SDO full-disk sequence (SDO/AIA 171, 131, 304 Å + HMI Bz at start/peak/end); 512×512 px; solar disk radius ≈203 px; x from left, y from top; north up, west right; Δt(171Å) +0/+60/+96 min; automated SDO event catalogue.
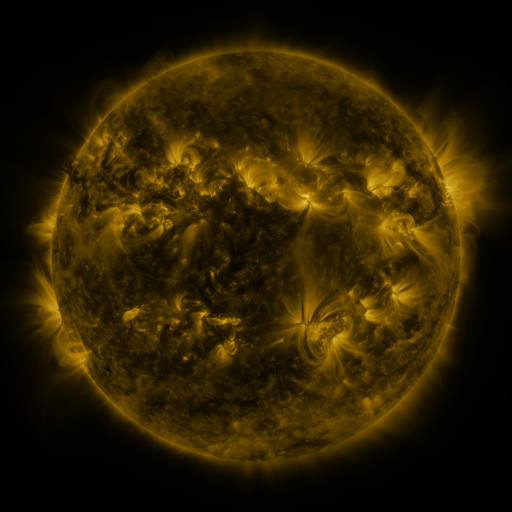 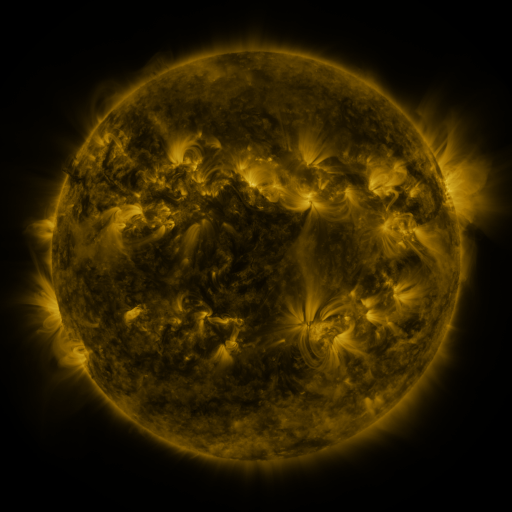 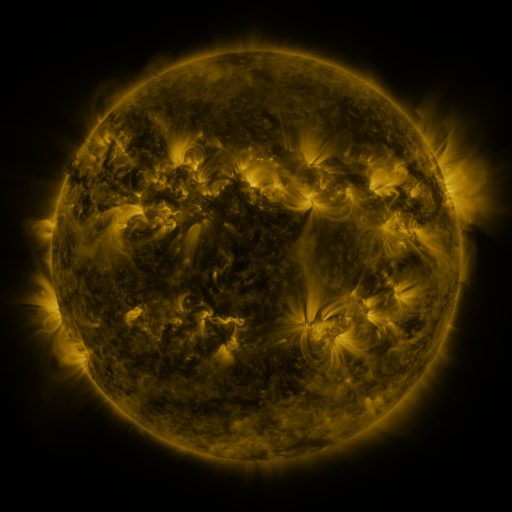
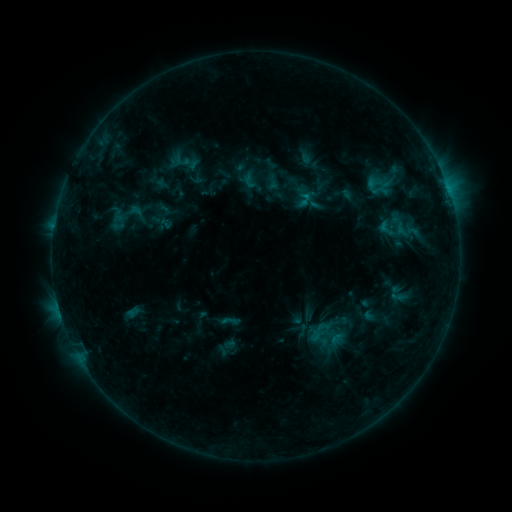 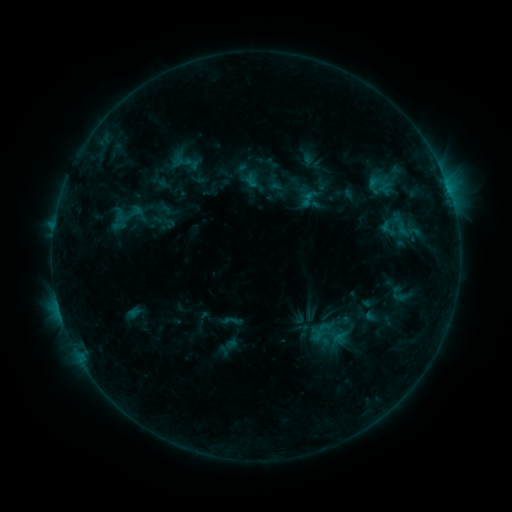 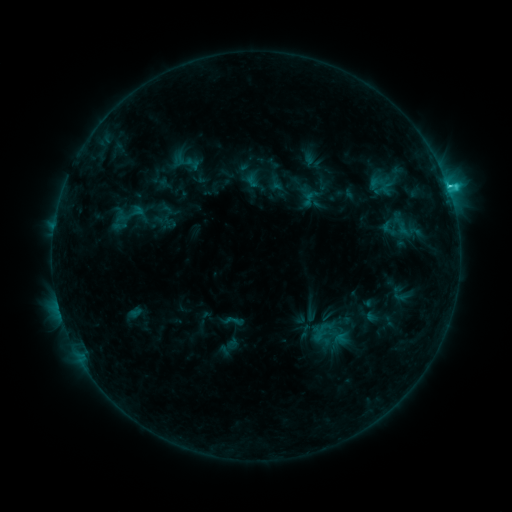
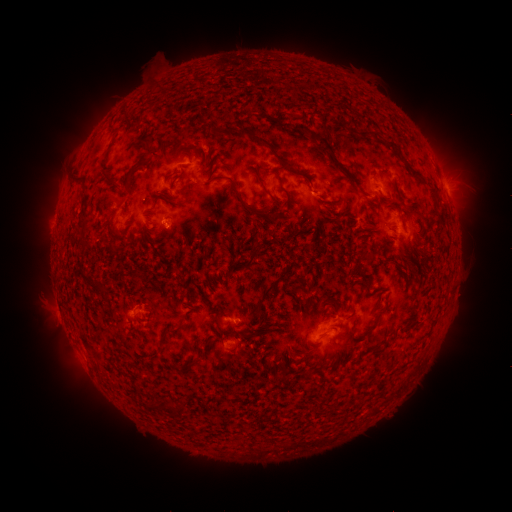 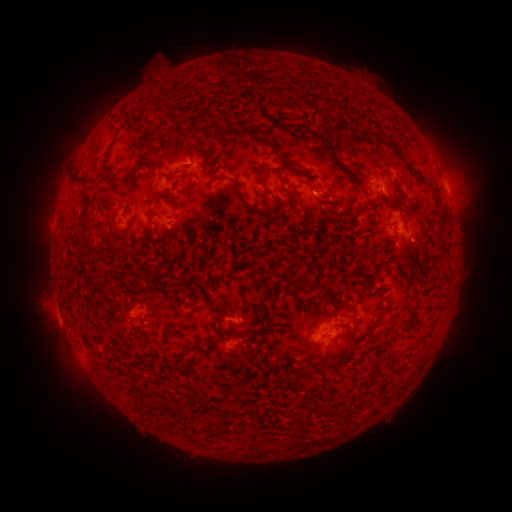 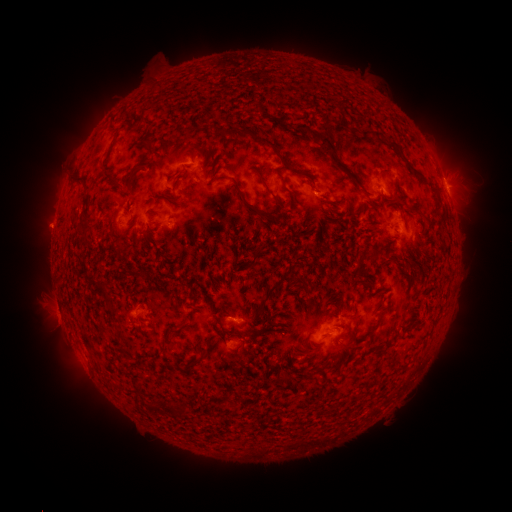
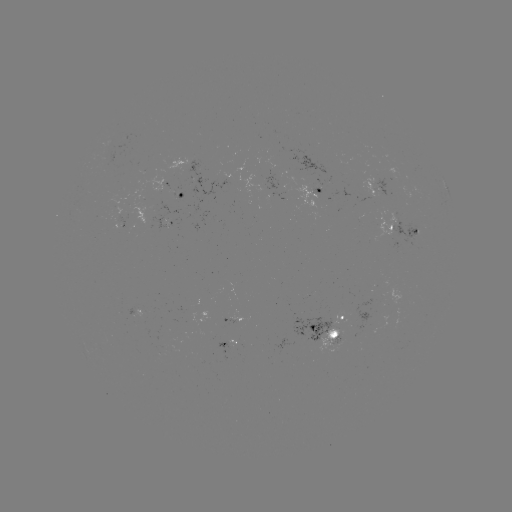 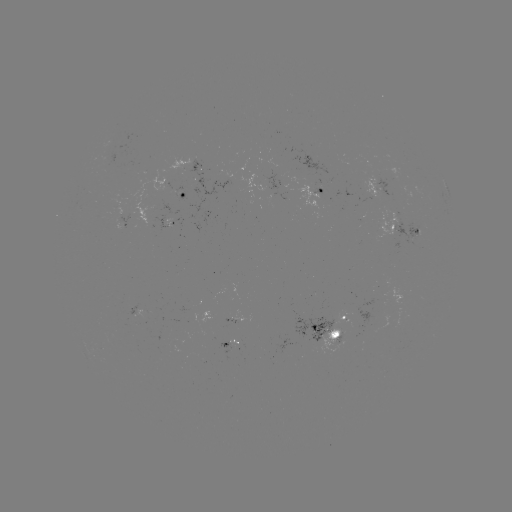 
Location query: emerging-flux region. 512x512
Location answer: (321, 329).